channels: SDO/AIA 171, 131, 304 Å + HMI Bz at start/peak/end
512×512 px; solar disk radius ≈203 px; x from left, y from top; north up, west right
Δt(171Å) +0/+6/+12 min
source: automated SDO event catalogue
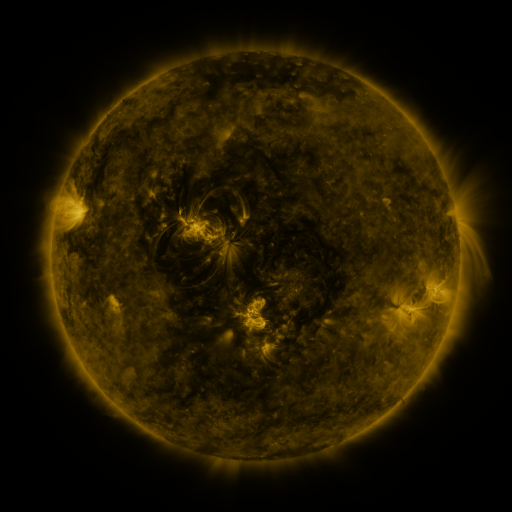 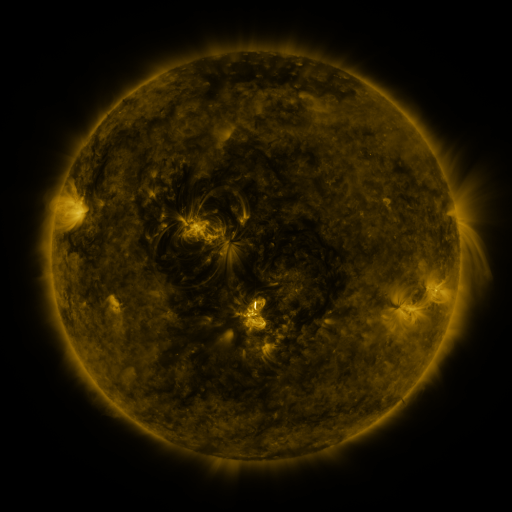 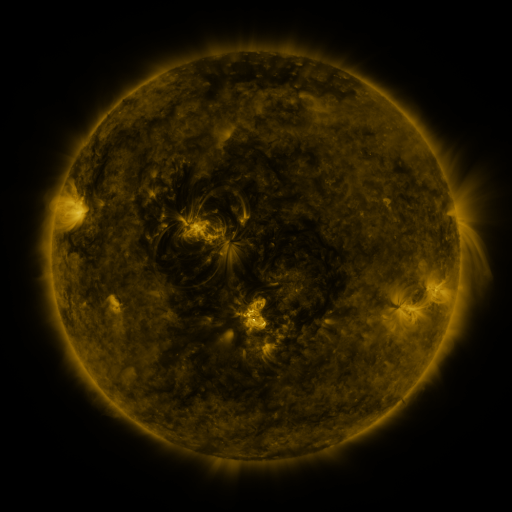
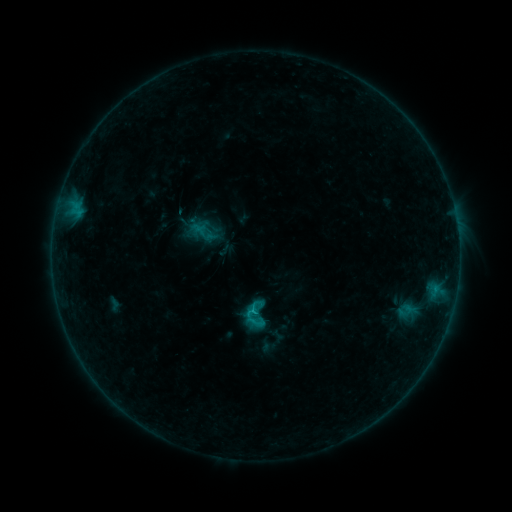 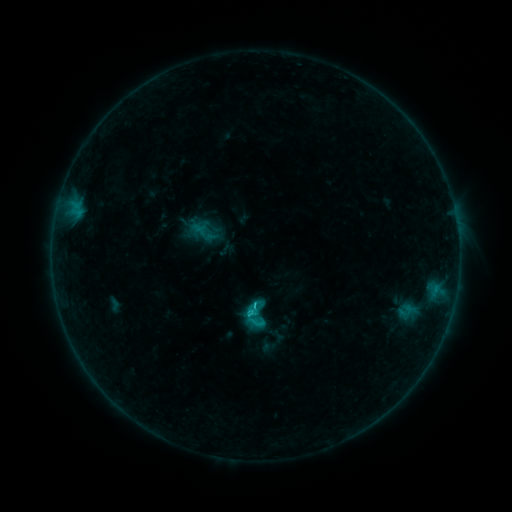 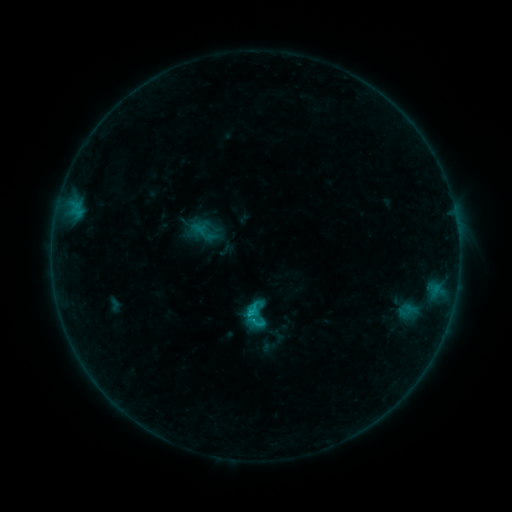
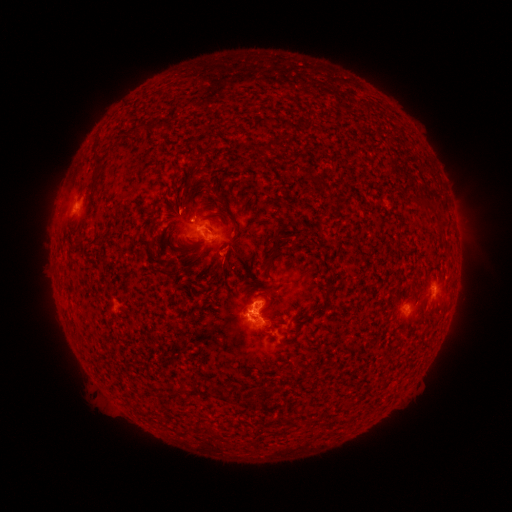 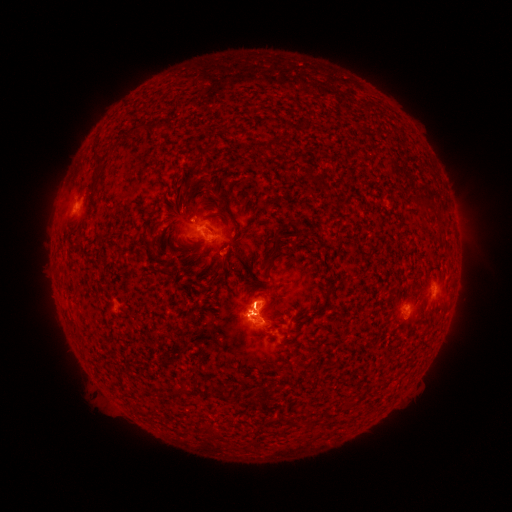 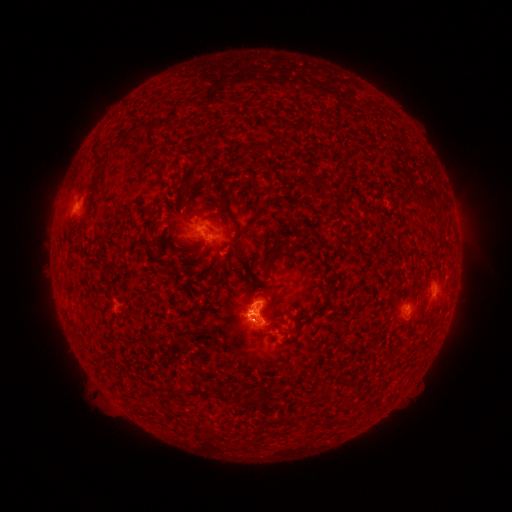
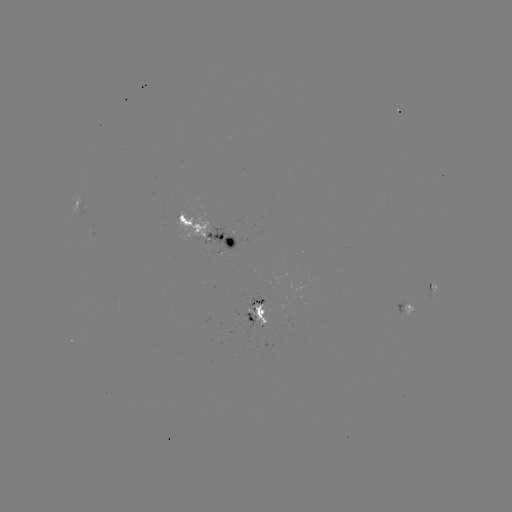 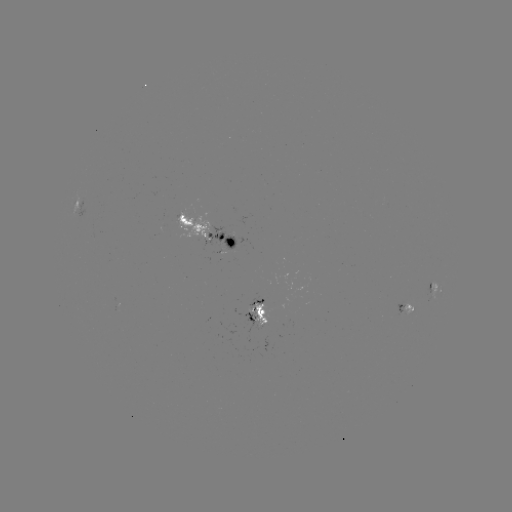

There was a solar flare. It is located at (252, 313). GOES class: C1.1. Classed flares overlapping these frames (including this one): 1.